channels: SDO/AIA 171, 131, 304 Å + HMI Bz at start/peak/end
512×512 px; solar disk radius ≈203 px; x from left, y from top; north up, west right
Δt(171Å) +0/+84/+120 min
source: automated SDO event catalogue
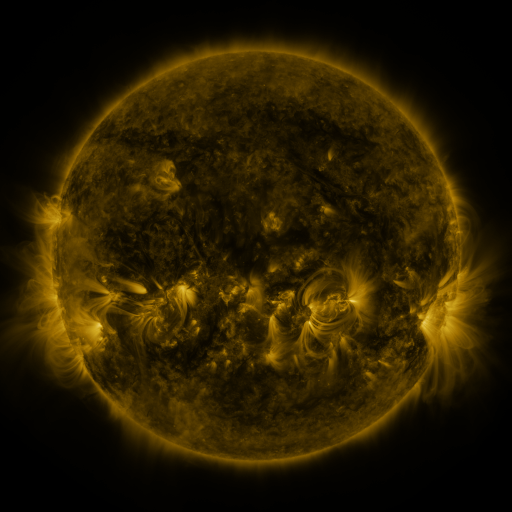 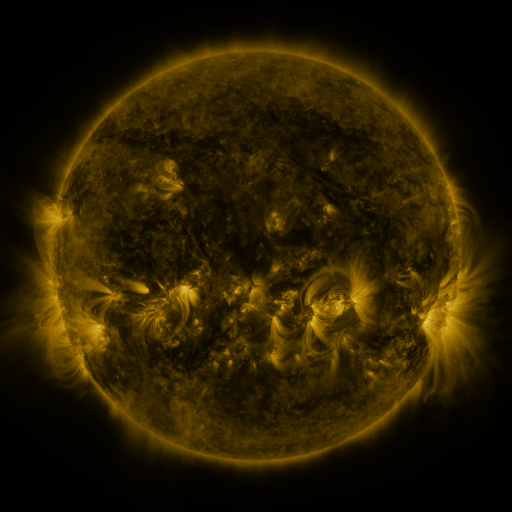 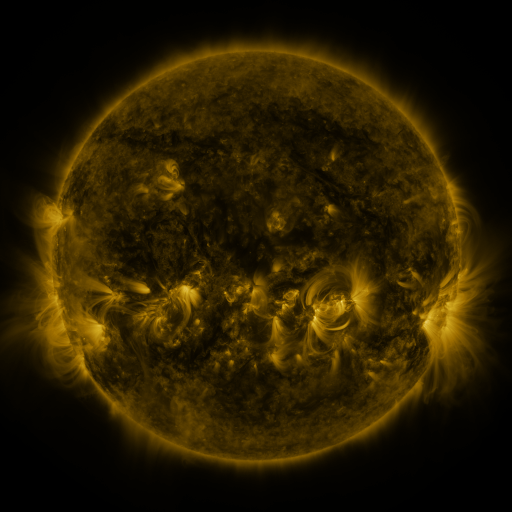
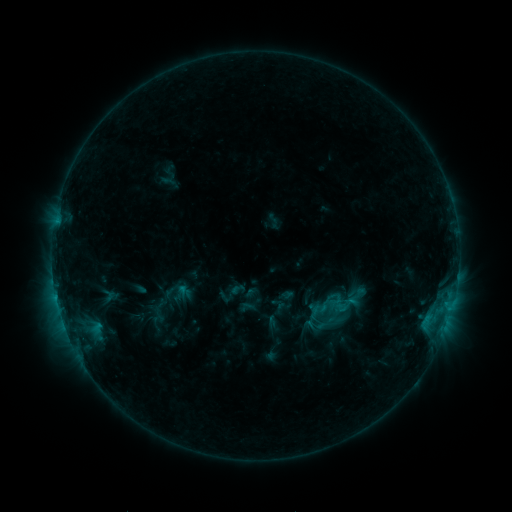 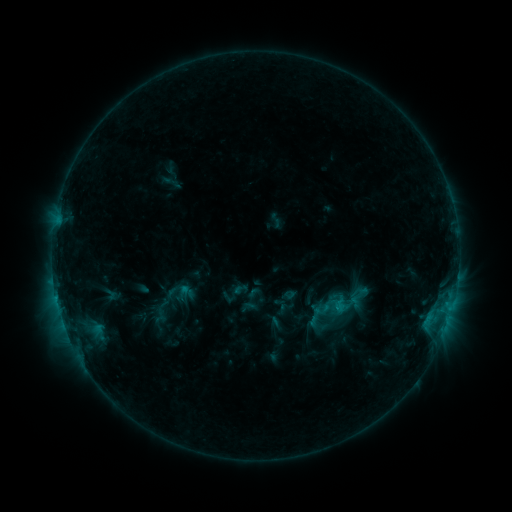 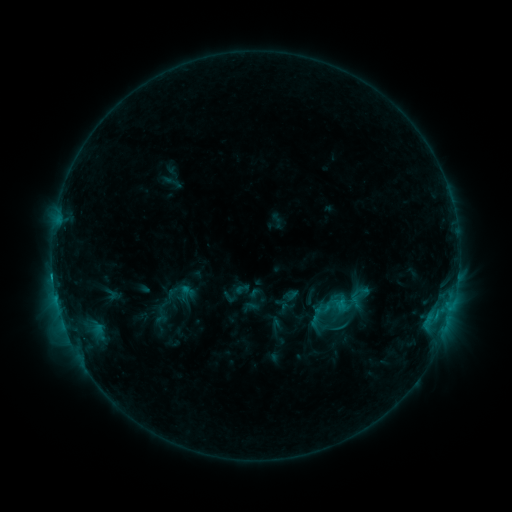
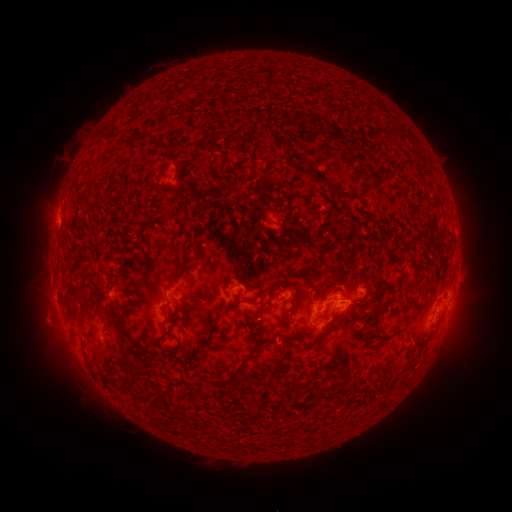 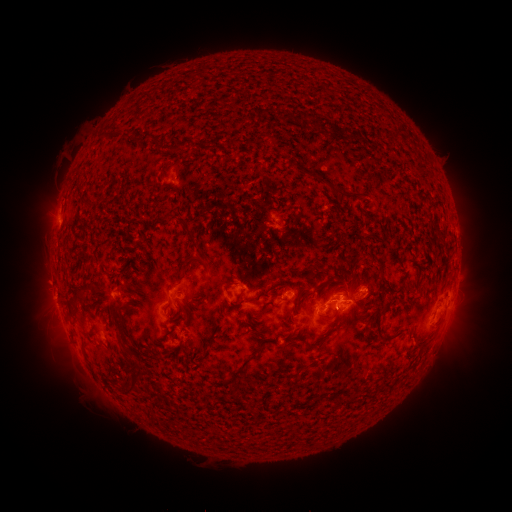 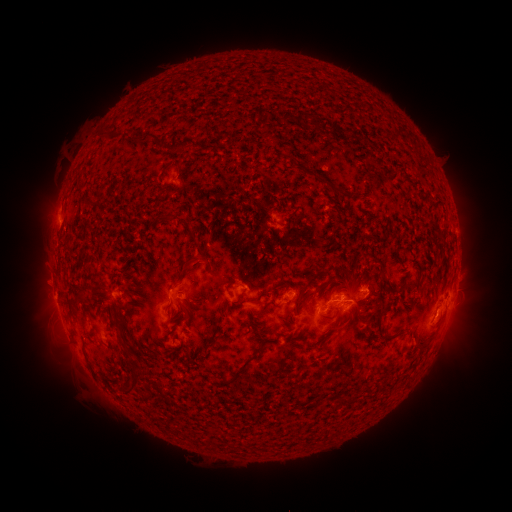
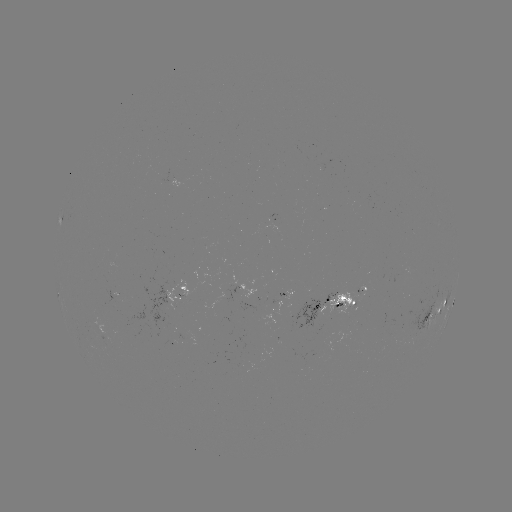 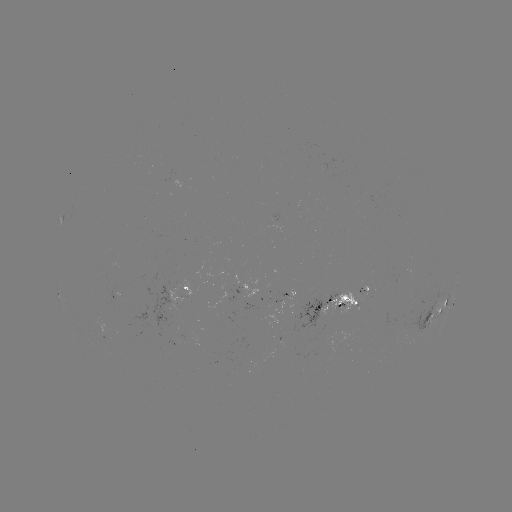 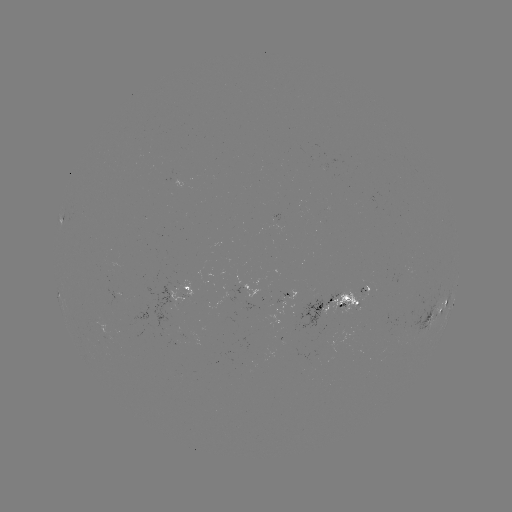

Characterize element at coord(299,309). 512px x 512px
emerging-flux region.